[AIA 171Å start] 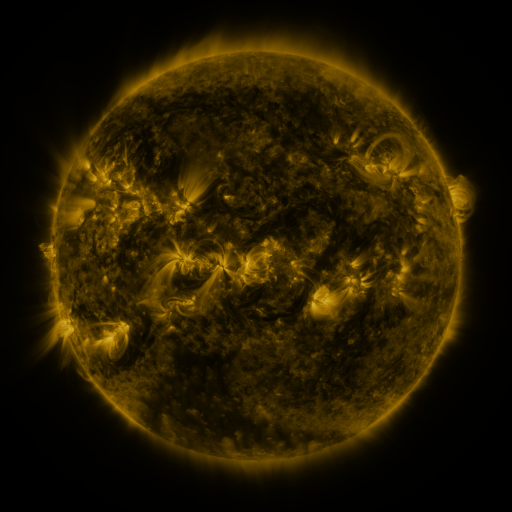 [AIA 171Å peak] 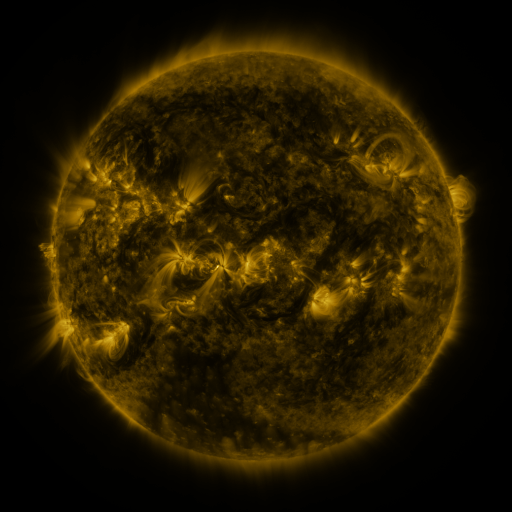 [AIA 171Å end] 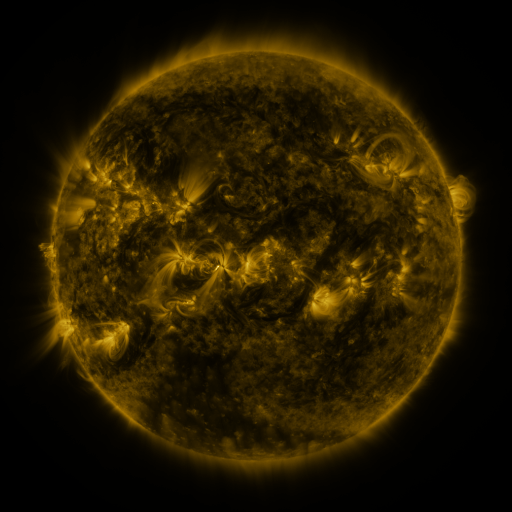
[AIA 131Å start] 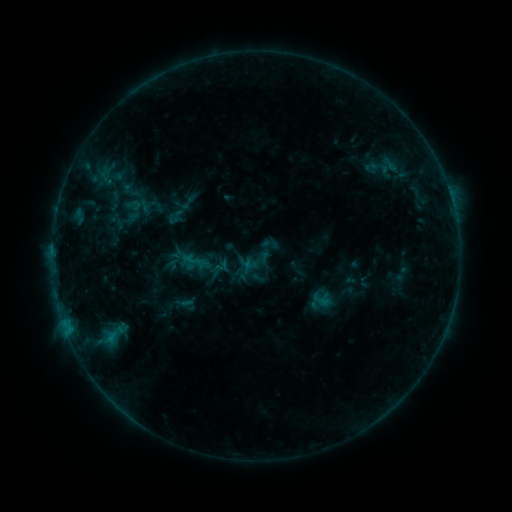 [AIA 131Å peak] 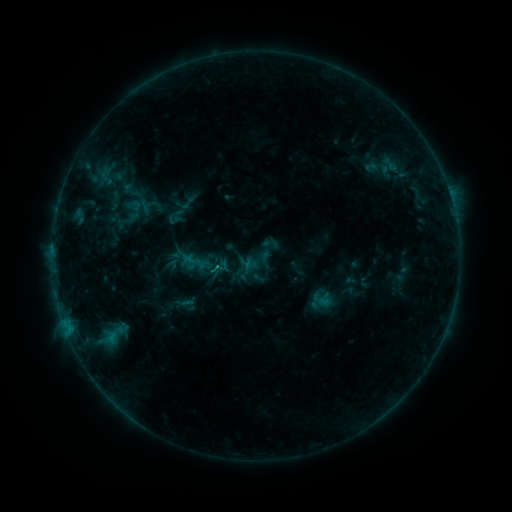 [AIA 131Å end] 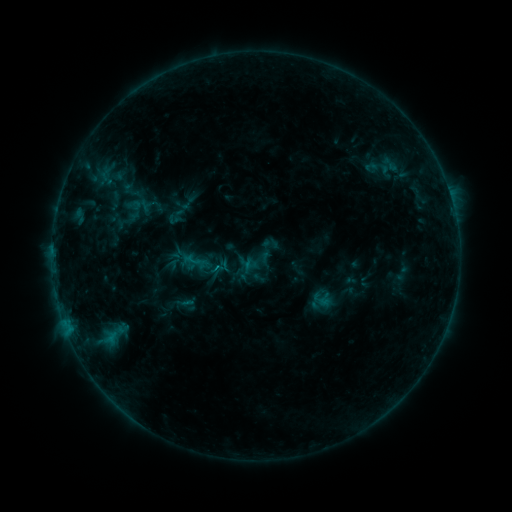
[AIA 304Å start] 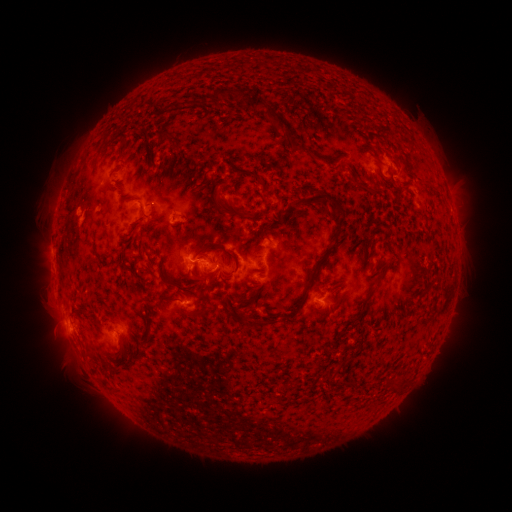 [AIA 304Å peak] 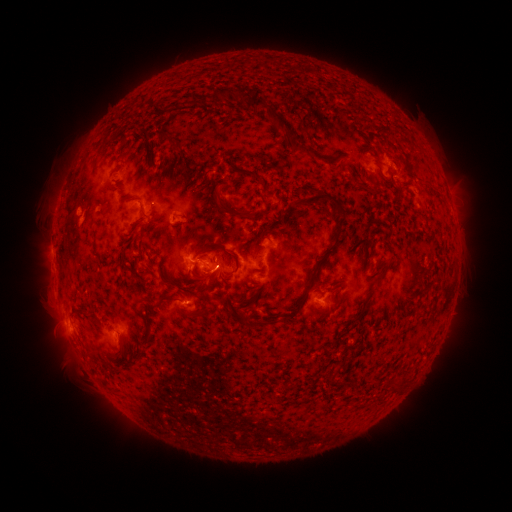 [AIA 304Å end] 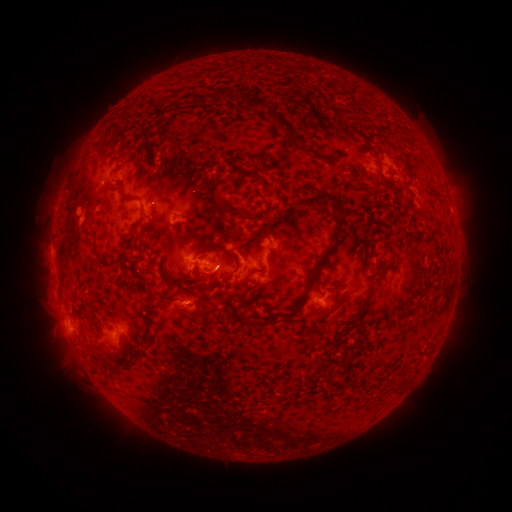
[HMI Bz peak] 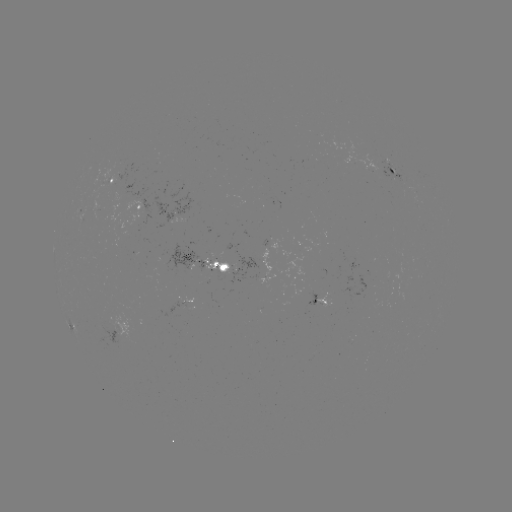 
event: flare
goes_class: B7.0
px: (217, 267)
